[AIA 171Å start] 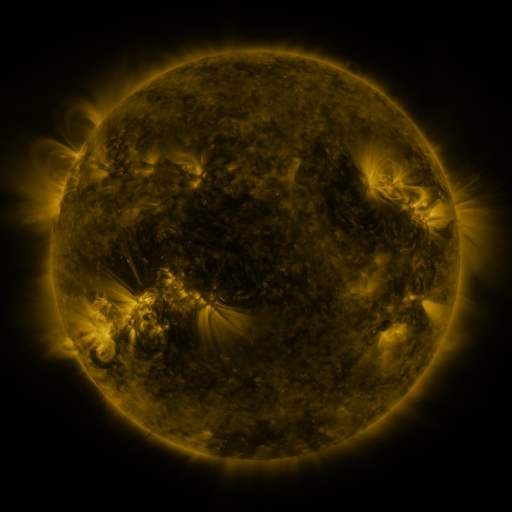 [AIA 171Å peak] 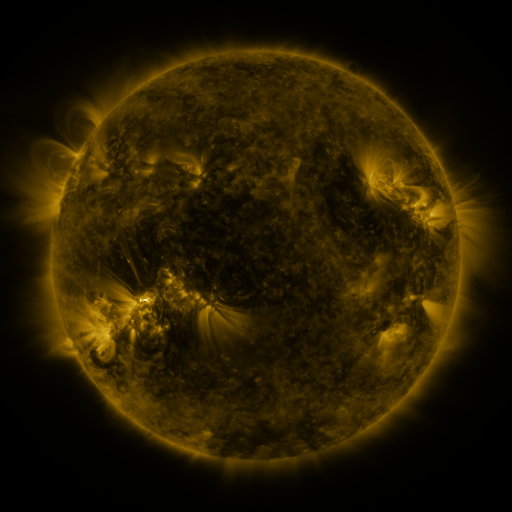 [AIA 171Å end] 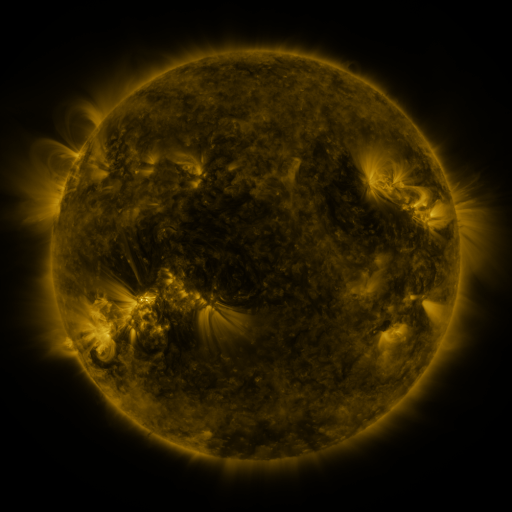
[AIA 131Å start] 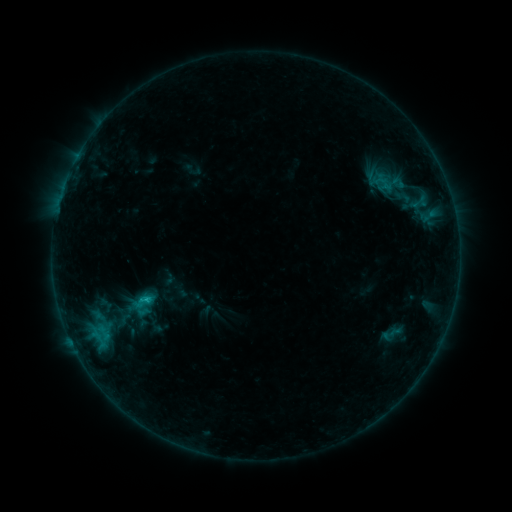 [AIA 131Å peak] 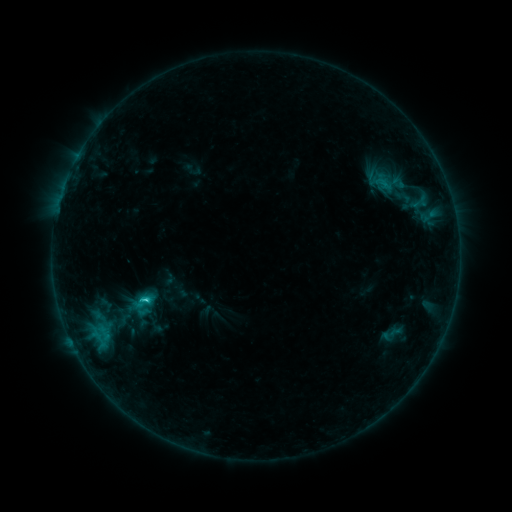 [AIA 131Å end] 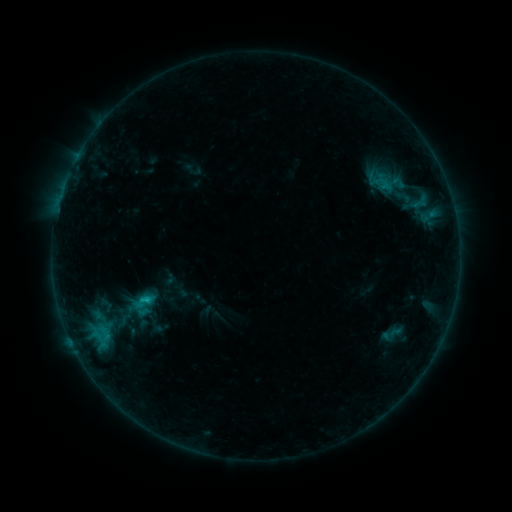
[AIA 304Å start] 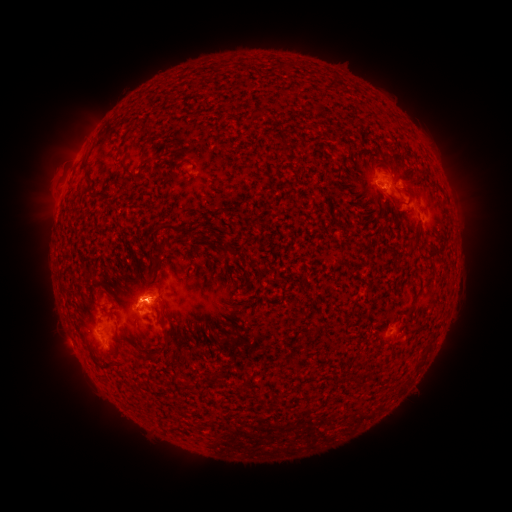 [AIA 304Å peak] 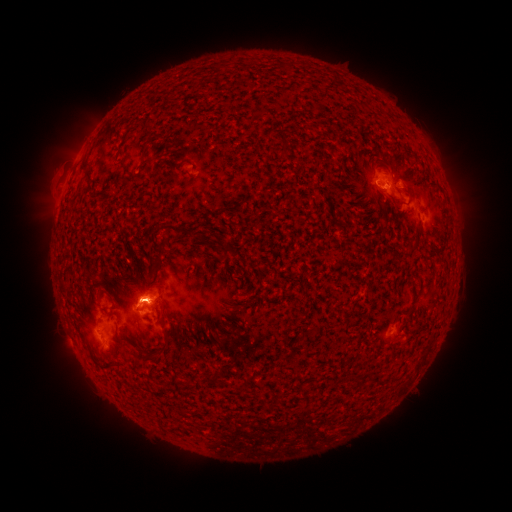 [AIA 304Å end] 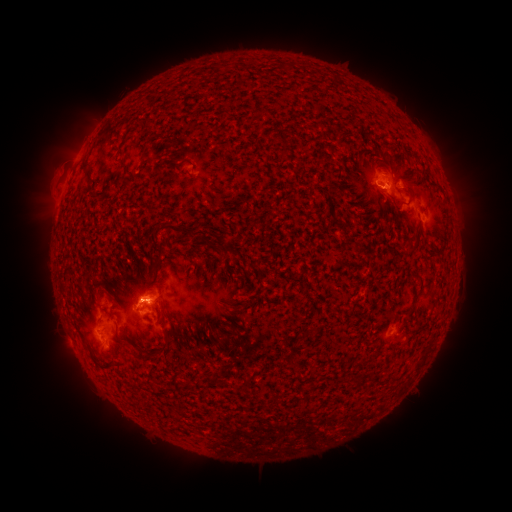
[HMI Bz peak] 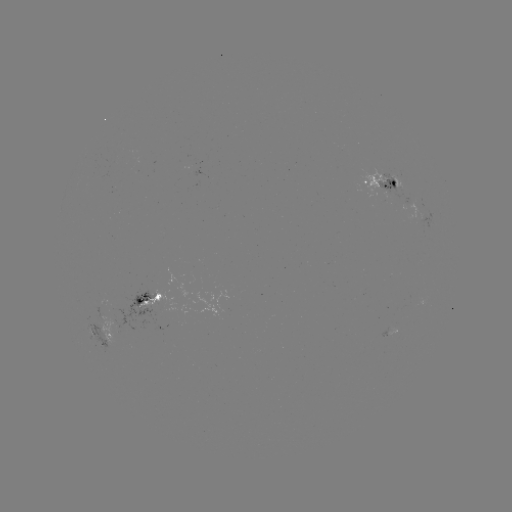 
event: flare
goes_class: C1.4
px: (146, 301)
